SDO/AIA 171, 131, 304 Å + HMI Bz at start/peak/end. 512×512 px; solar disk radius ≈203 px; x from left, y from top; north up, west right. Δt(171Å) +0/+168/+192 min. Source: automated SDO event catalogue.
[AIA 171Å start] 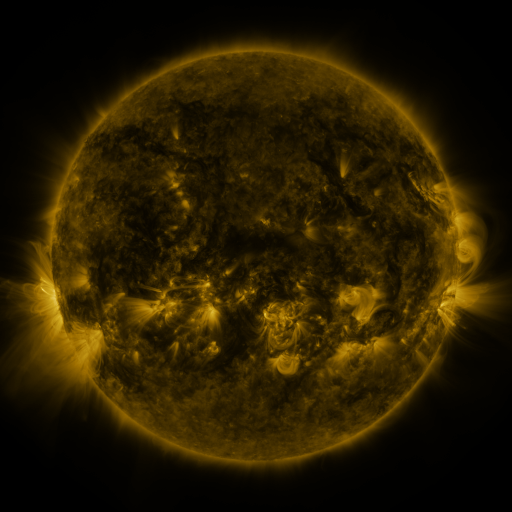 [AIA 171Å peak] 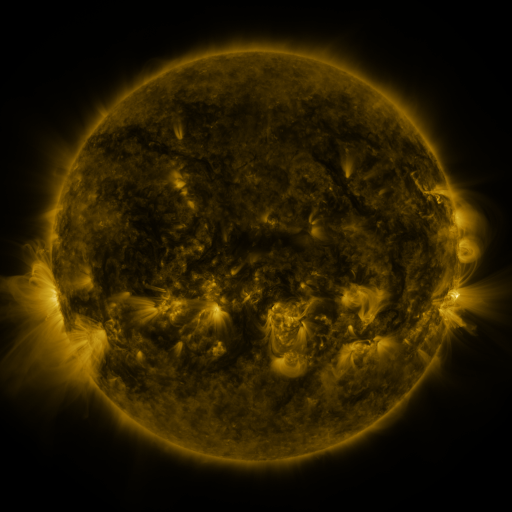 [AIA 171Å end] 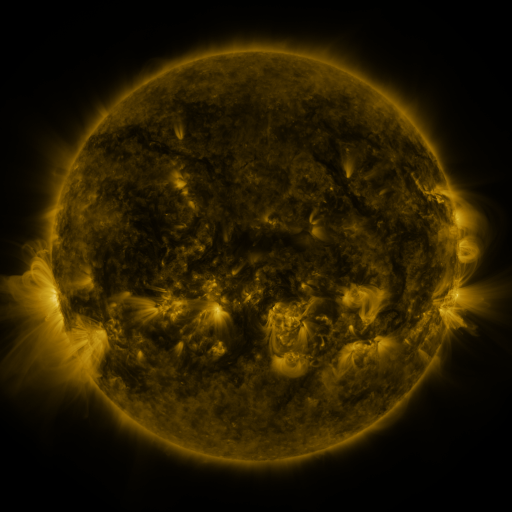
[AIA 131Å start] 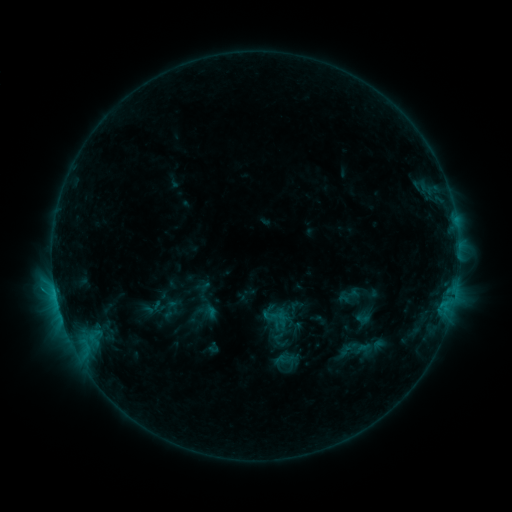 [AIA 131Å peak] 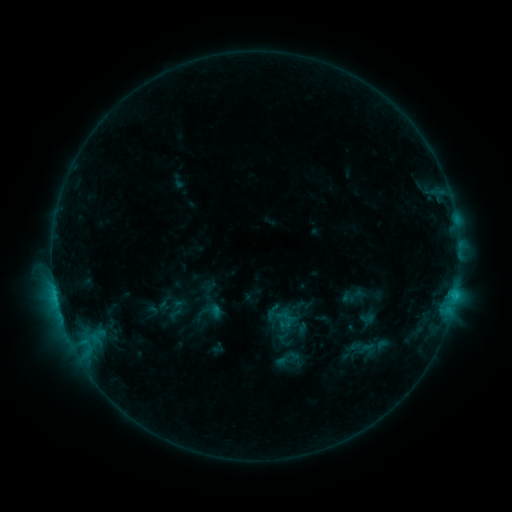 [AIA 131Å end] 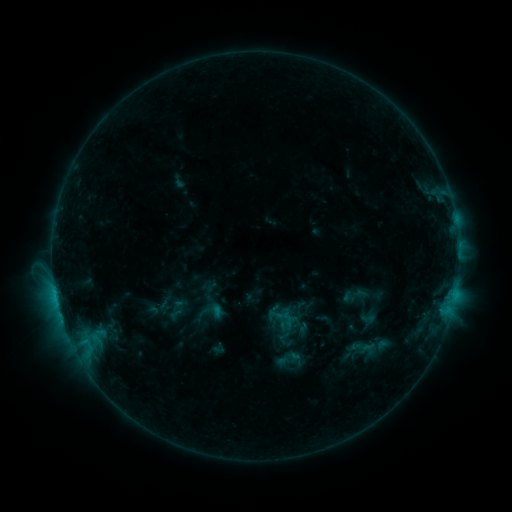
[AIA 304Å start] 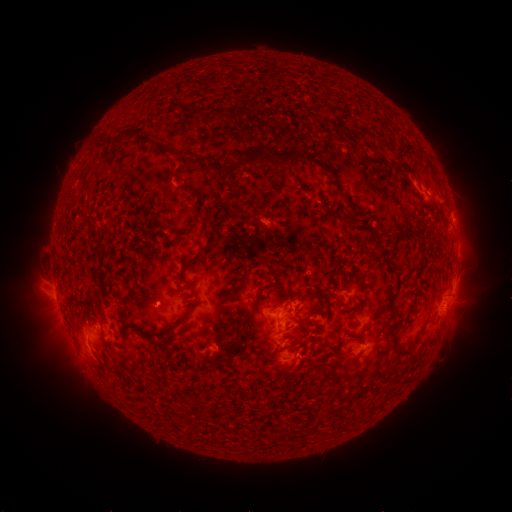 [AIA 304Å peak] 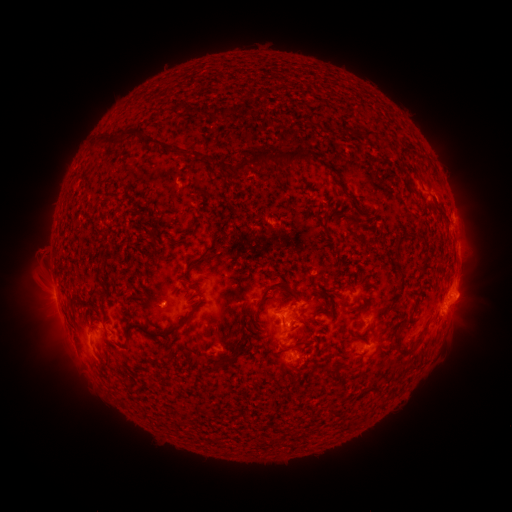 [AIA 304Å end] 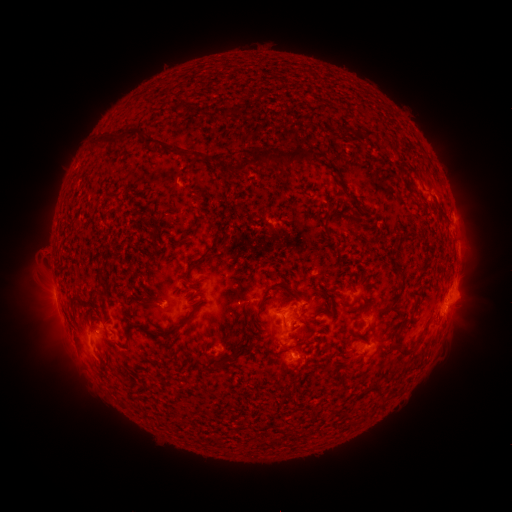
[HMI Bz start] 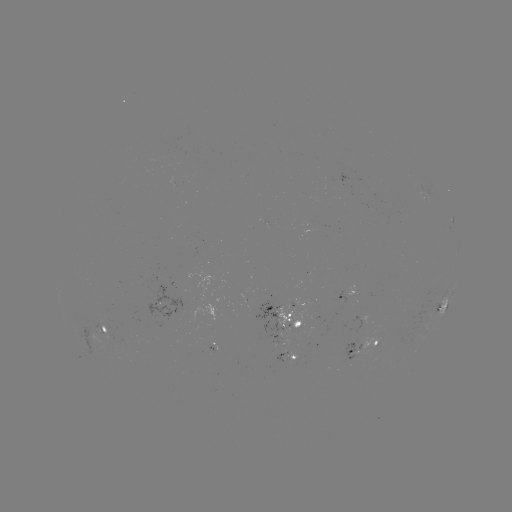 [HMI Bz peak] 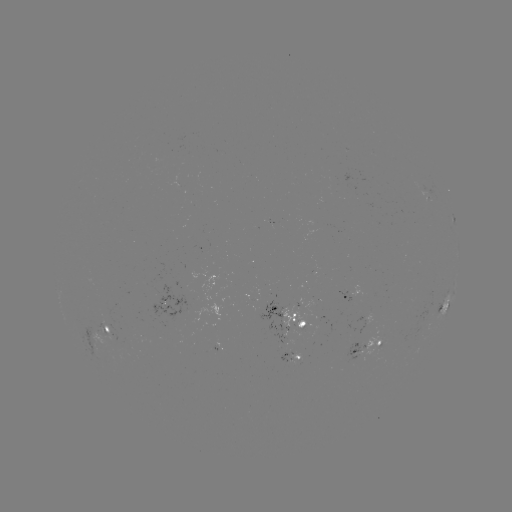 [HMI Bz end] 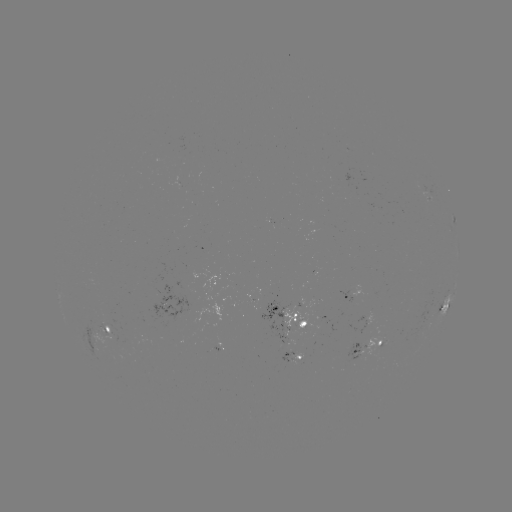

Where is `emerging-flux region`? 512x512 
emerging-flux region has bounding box [365, 337, 385, 354].